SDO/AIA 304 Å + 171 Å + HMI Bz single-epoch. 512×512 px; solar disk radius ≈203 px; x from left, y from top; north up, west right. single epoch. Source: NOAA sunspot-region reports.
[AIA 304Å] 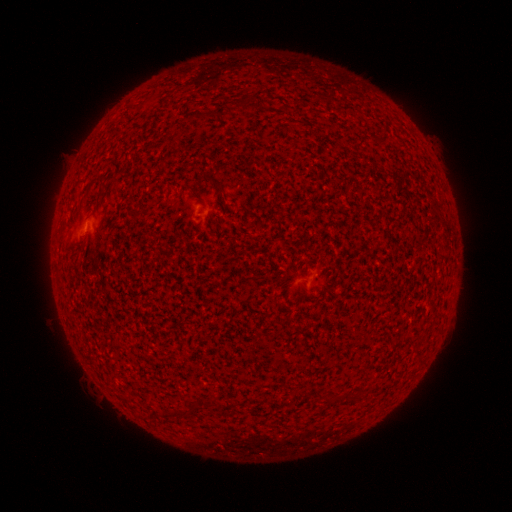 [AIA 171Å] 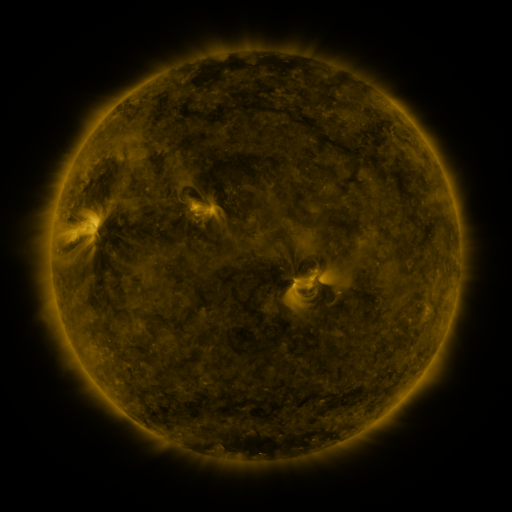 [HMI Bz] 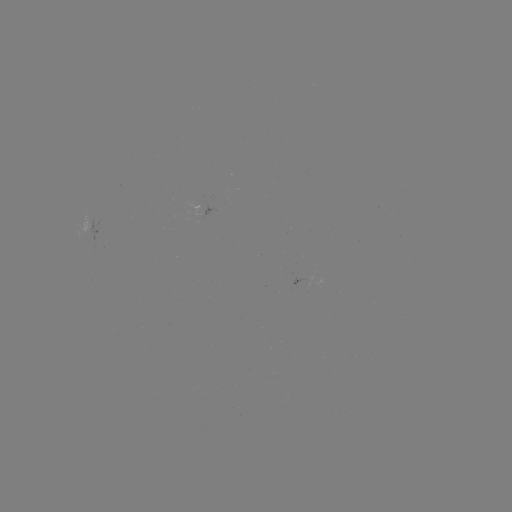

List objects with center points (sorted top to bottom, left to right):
spotted active region: (96, 231)
spotted active region: (301, 280)
